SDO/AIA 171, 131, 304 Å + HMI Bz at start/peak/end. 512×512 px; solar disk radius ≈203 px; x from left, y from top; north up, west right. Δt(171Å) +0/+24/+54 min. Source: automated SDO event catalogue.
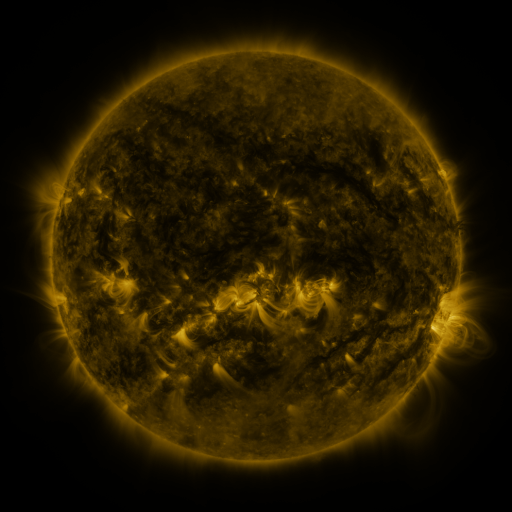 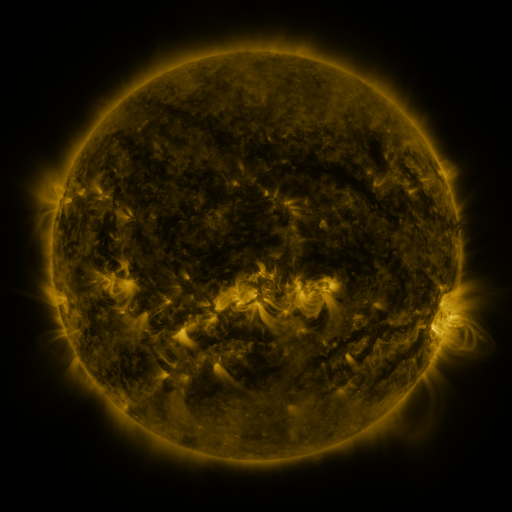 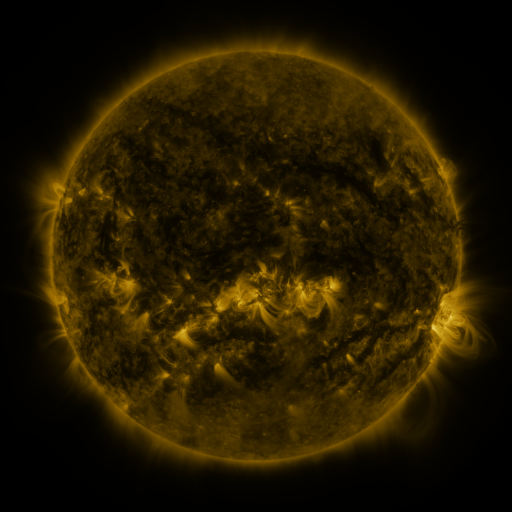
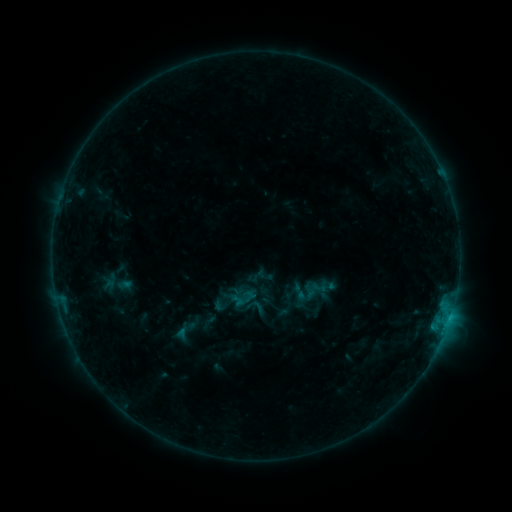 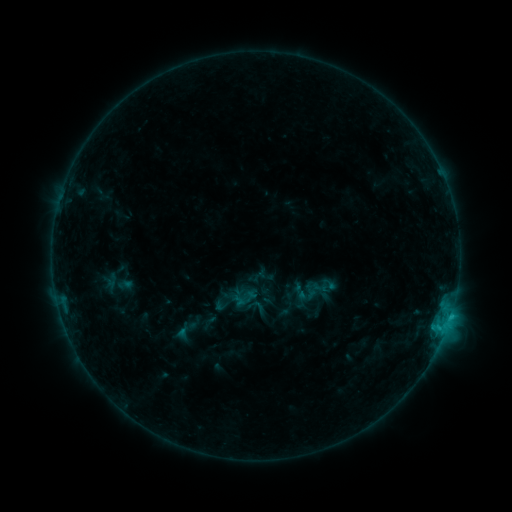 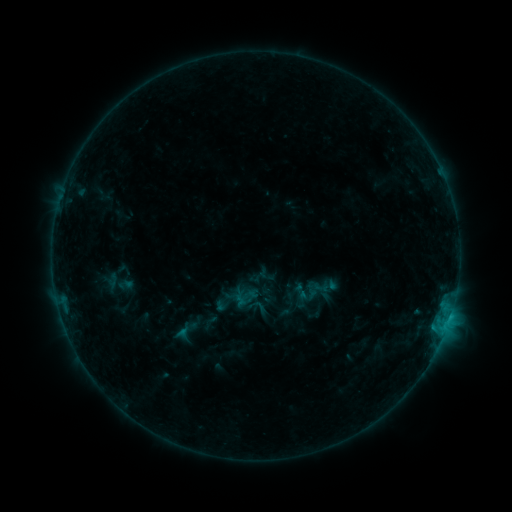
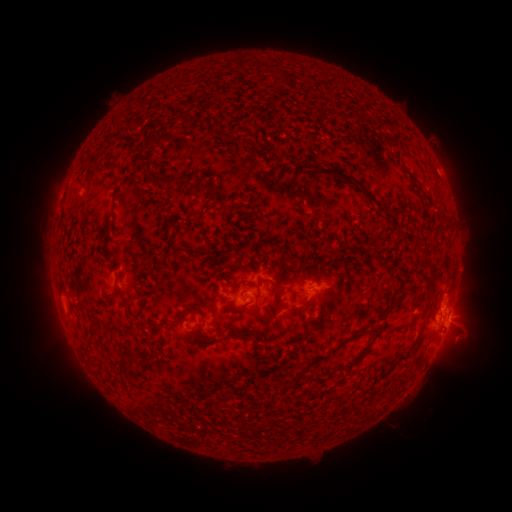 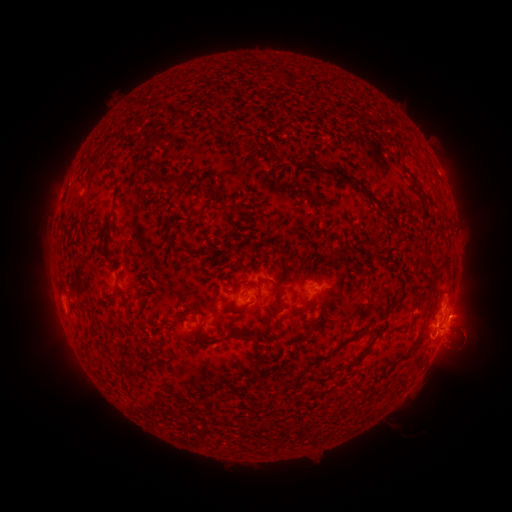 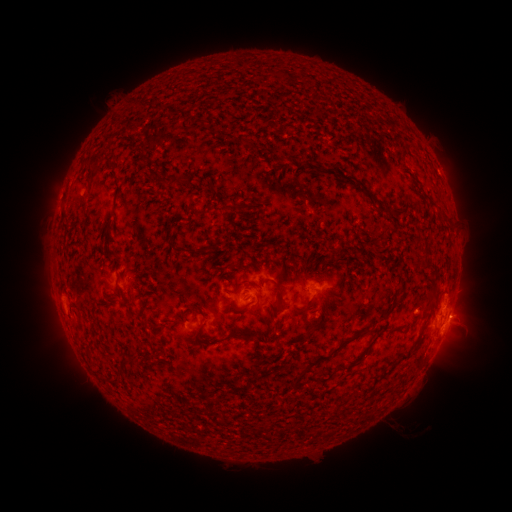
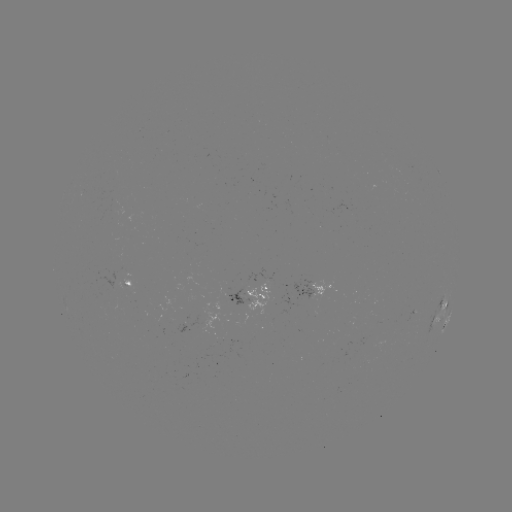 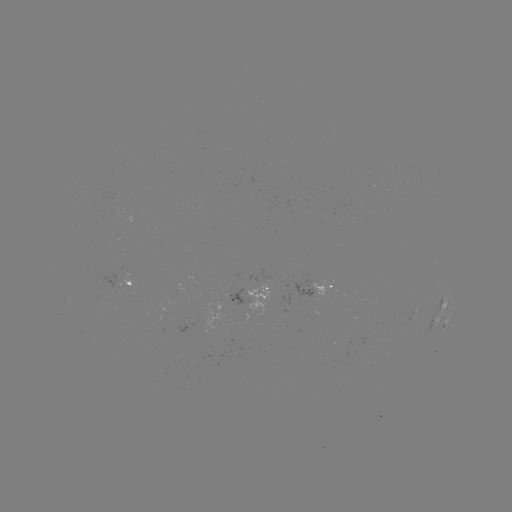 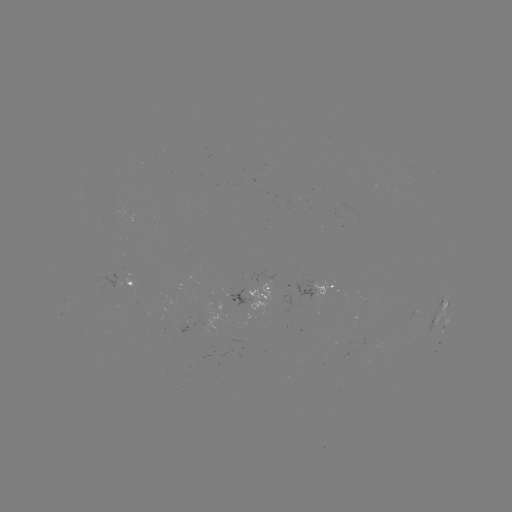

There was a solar flare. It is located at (439, 327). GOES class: C1.1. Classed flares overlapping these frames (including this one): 1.